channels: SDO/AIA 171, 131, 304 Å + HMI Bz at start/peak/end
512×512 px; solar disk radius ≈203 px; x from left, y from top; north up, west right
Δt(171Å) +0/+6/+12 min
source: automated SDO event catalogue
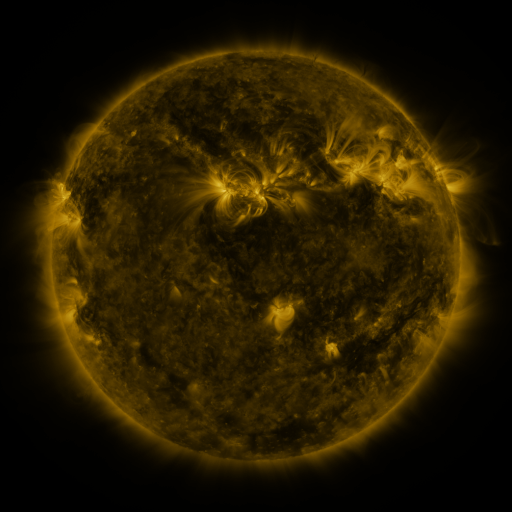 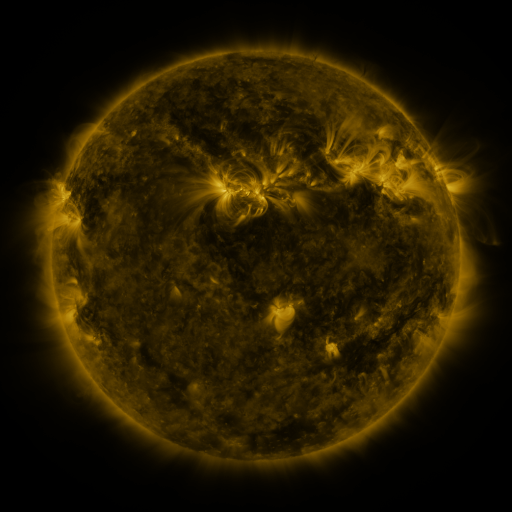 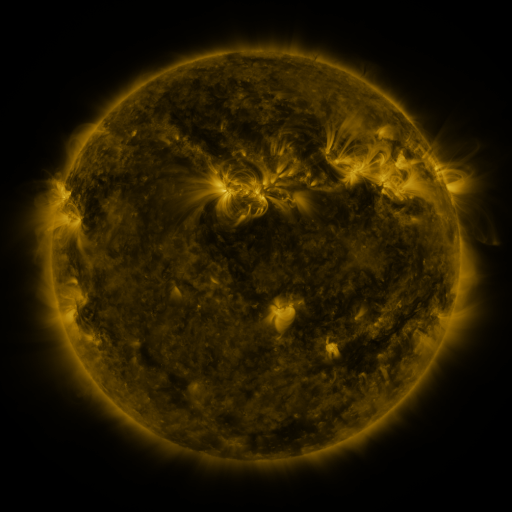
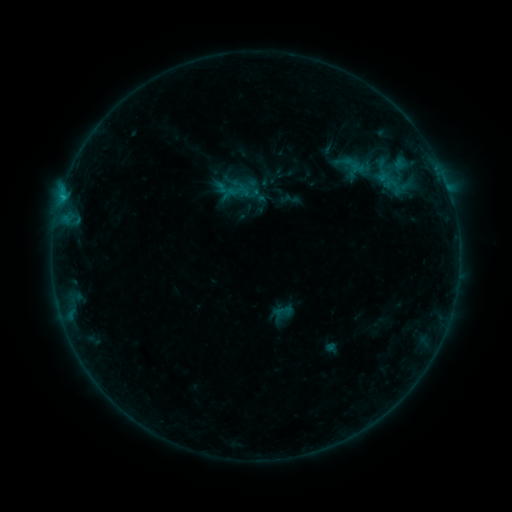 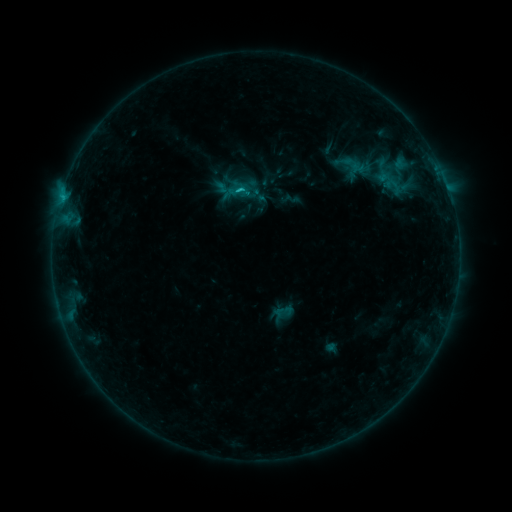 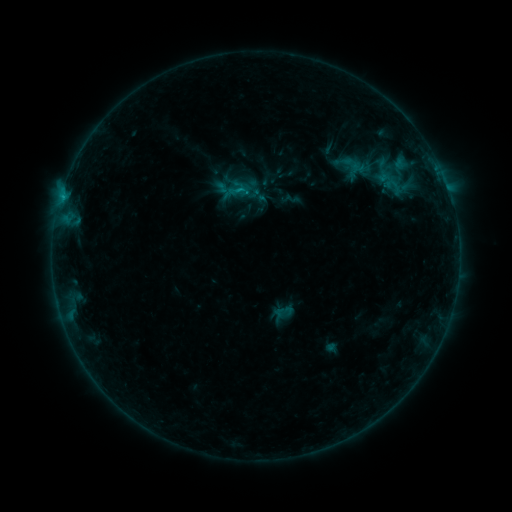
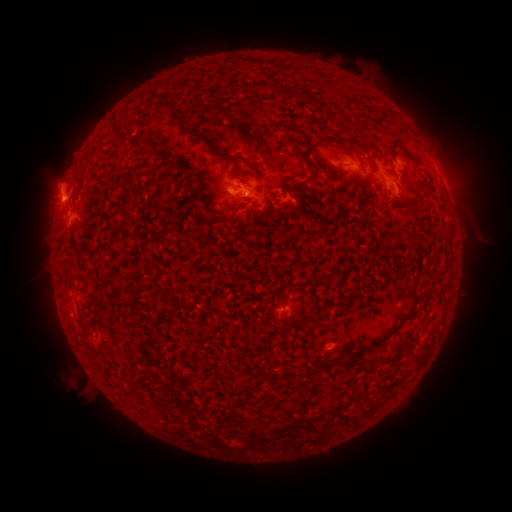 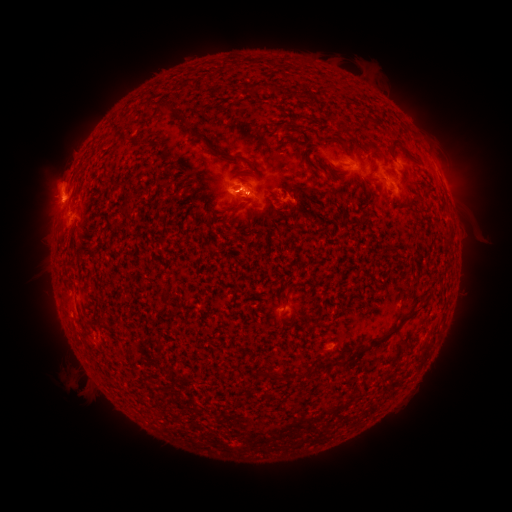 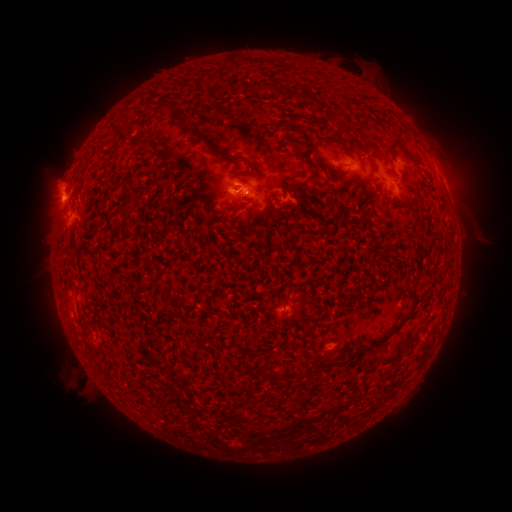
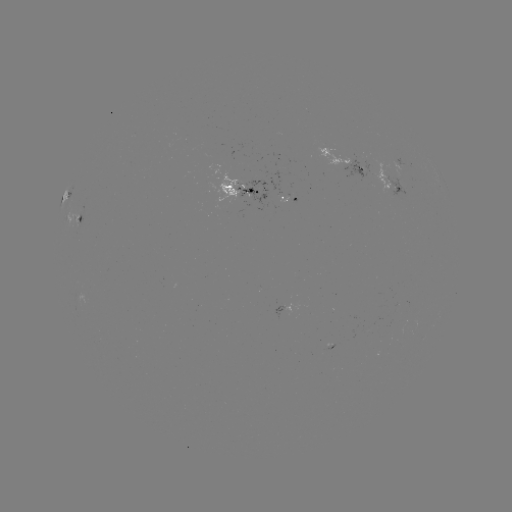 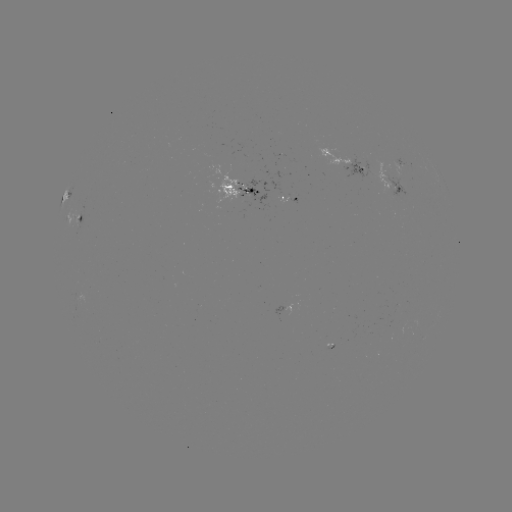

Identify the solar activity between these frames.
C1.1 flare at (242, 190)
